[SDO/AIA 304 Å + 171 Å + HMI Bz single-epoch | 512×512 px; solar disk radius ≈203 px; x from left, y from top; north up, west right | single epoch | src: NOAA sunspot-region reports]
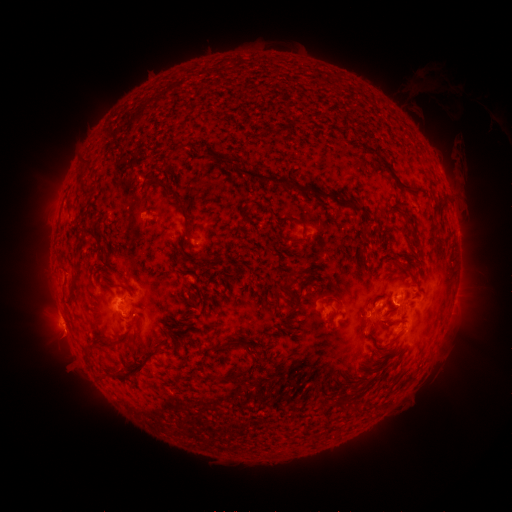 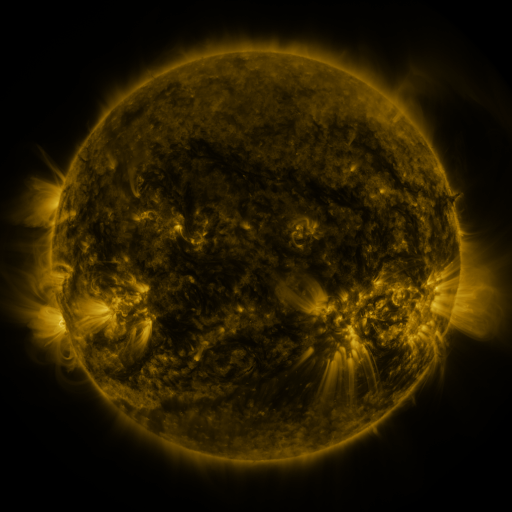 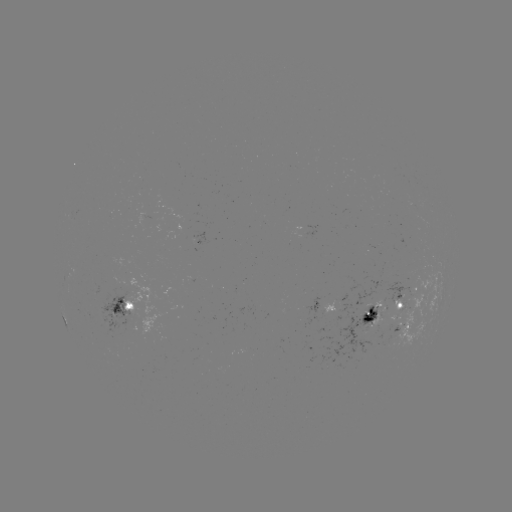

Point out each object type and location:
spotted active region: (320, 304)
spotted active region: (125, 306)
spotted active region: (390, 313)
